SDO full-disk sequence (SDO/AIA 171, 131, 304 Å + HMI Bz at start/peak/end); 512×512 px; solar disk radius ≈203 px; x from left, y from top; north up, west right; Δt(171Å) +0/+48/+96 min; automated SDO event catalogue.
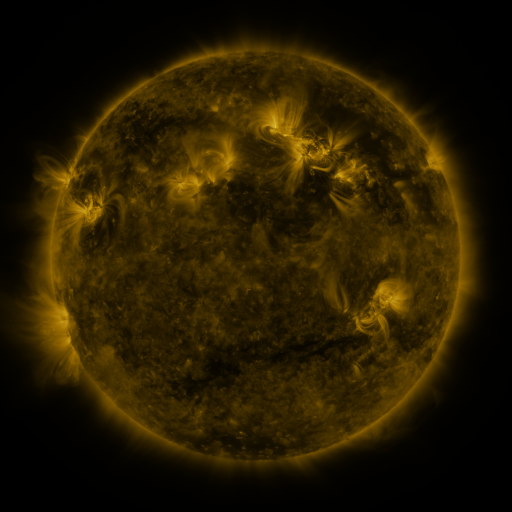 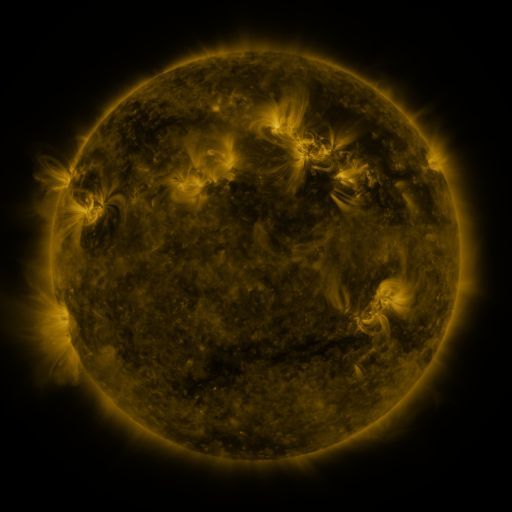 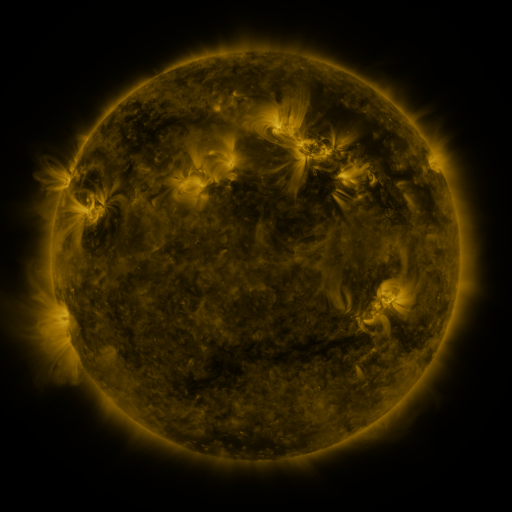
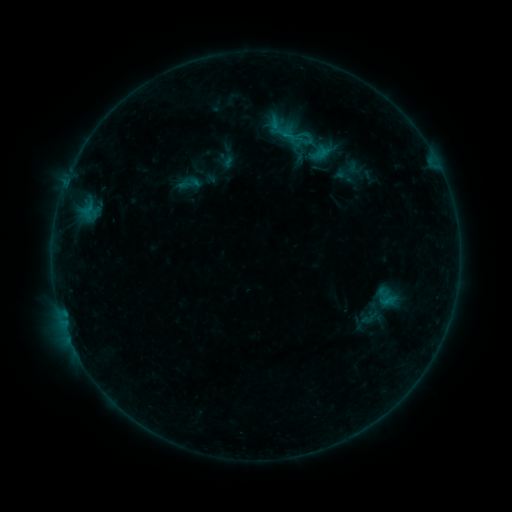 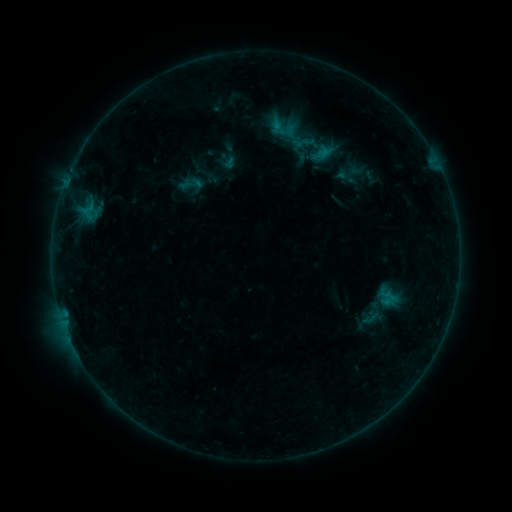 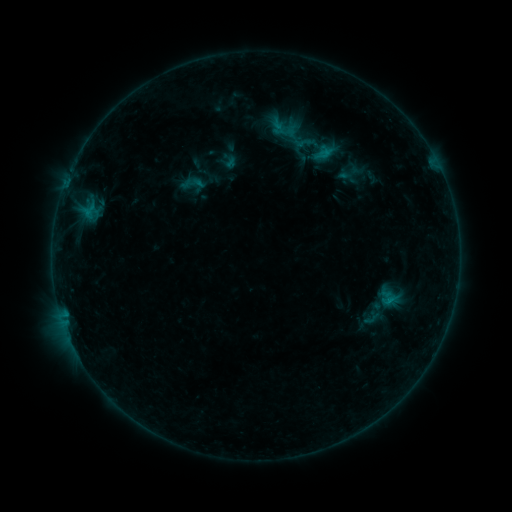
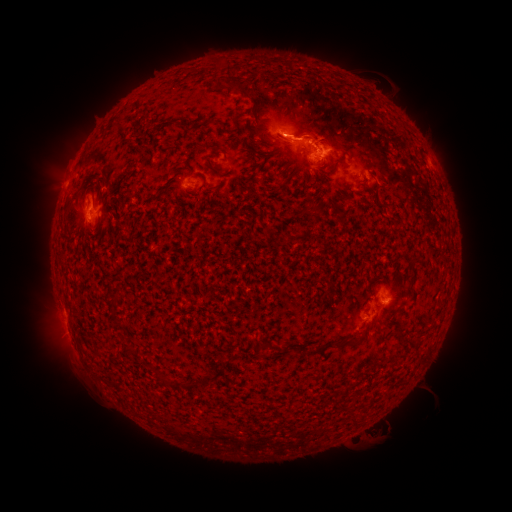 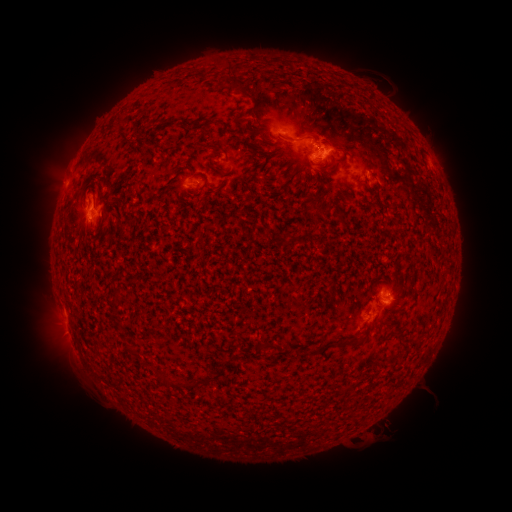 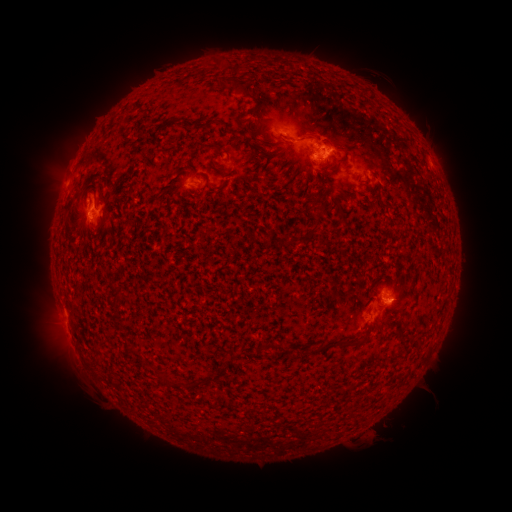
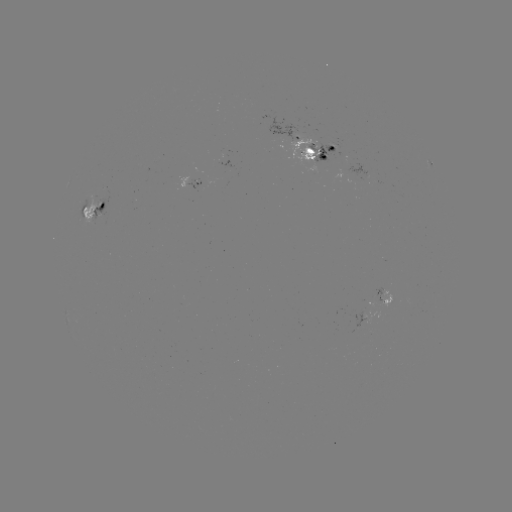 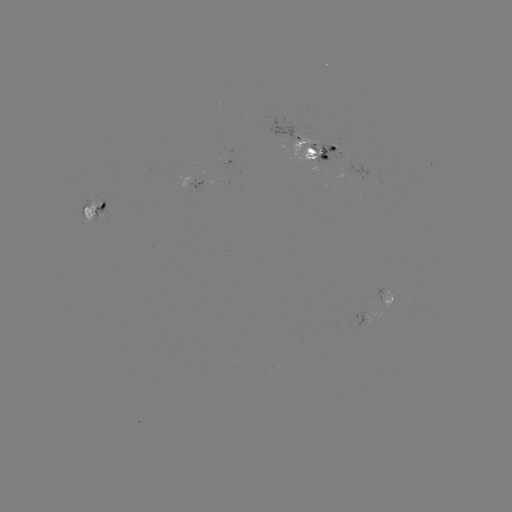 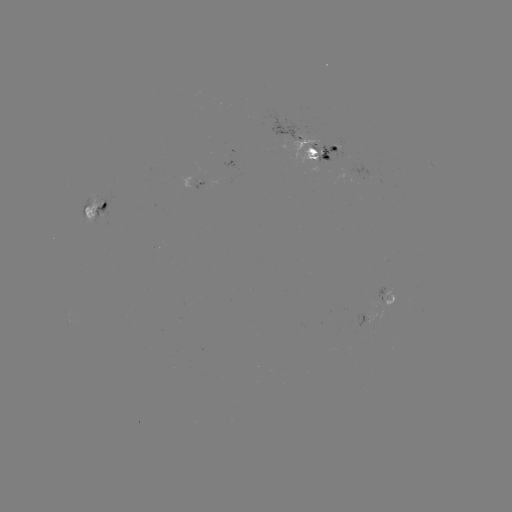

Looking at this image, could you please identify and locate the emerging-flux region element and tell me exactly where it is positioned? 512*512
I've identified emerging-flux region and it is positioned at [364, 317].